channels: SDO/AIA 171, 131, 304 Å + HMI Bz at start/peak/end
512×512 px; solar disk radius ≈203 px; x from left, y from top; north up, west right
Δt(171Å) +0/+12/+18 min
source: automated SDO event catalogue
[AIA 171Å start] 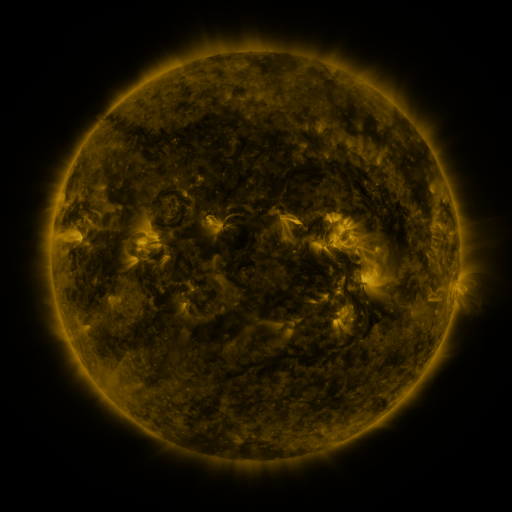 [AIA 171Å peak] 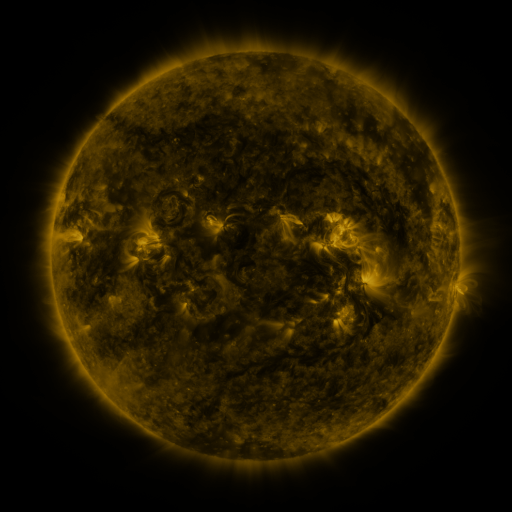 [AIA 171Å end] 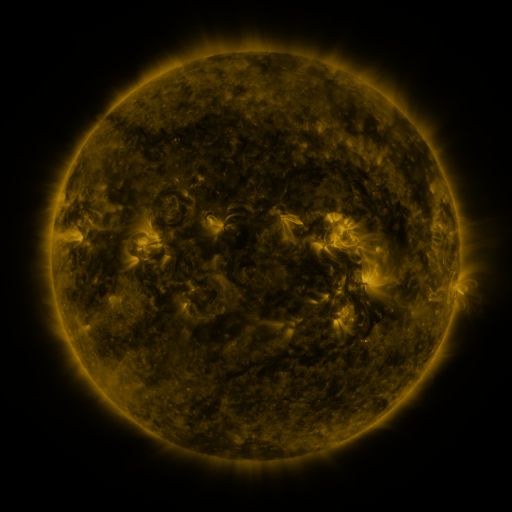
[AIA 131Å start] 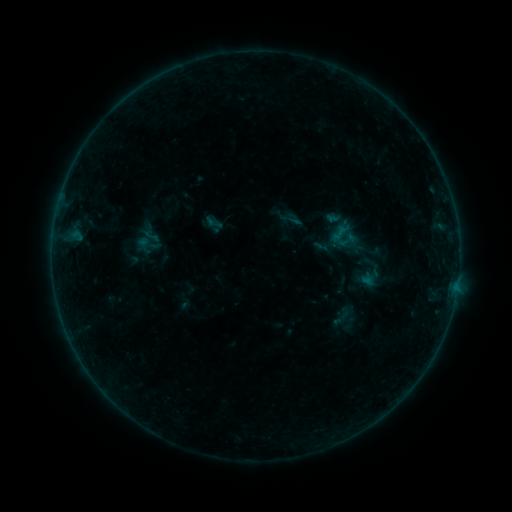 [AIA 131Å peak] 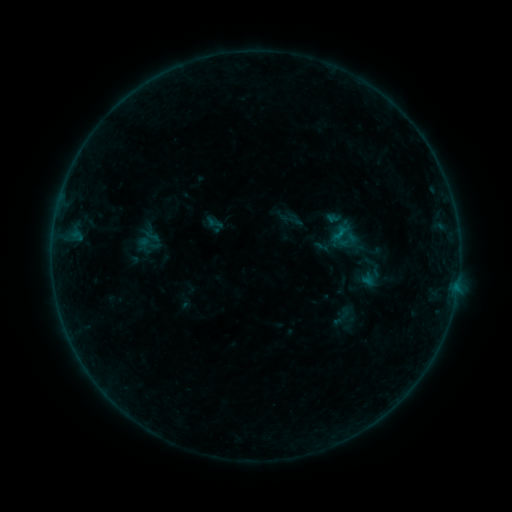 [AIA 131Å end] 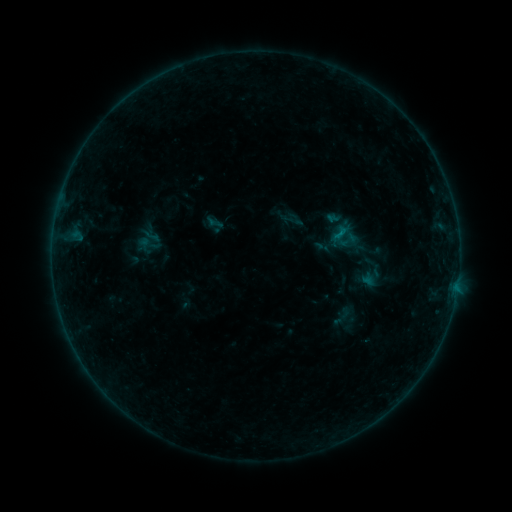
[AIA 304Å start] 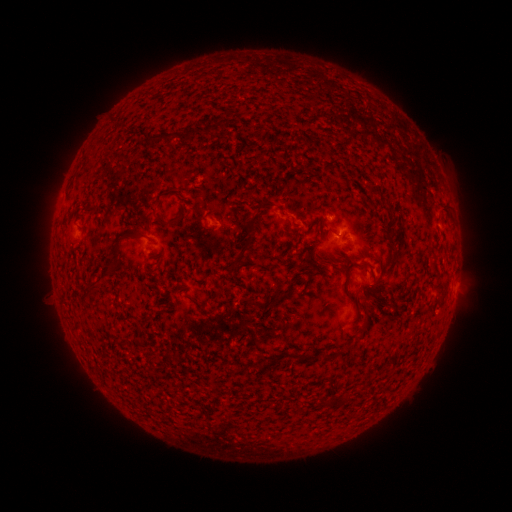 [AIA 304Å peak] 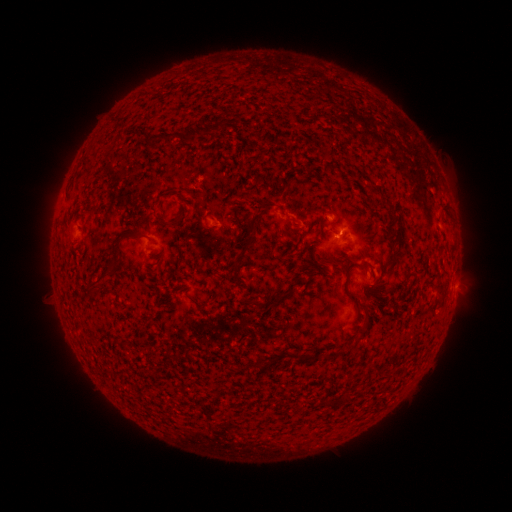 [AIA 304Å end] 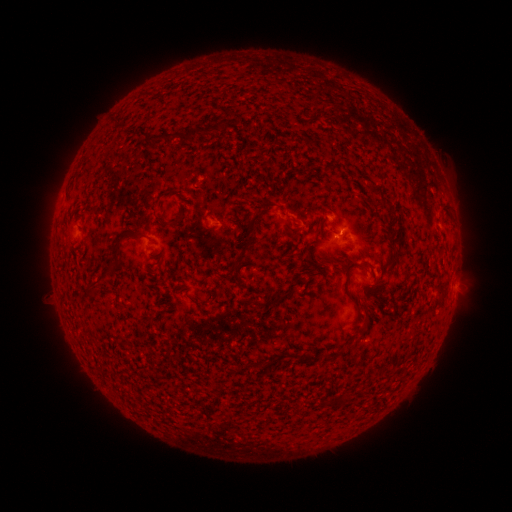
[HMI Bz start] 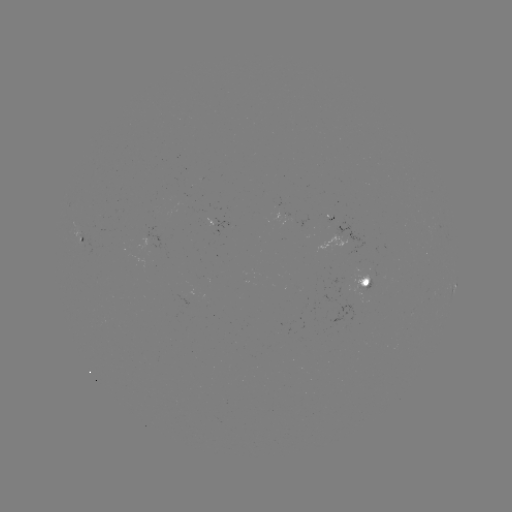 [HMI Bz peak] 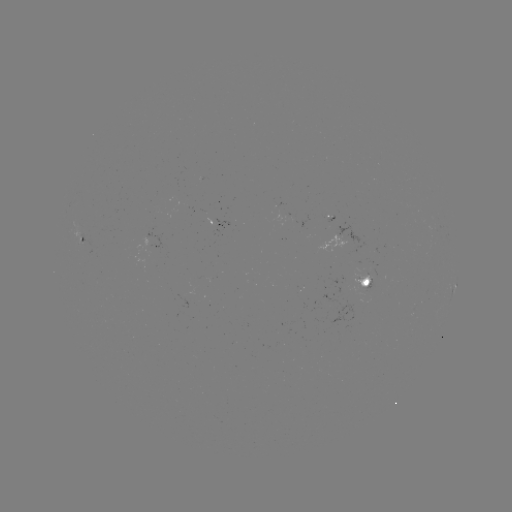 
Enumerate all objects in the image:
B3.2 flare: (338, 236)
